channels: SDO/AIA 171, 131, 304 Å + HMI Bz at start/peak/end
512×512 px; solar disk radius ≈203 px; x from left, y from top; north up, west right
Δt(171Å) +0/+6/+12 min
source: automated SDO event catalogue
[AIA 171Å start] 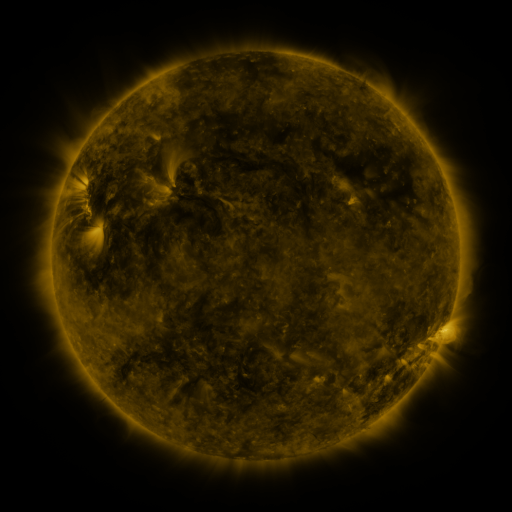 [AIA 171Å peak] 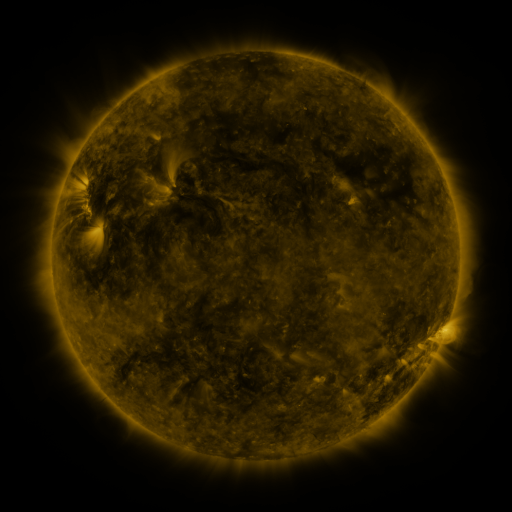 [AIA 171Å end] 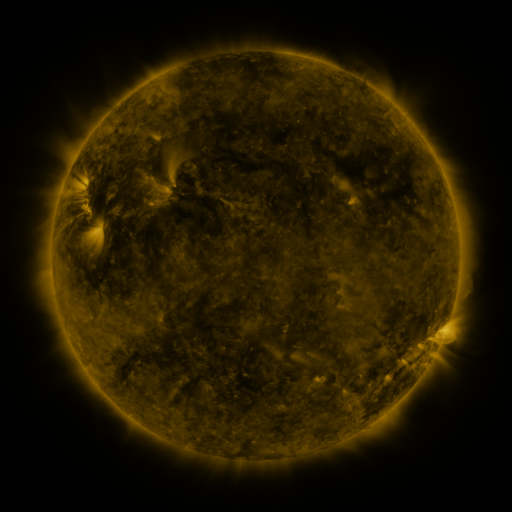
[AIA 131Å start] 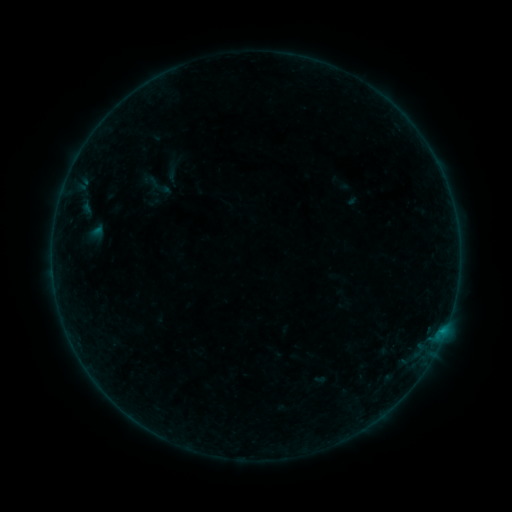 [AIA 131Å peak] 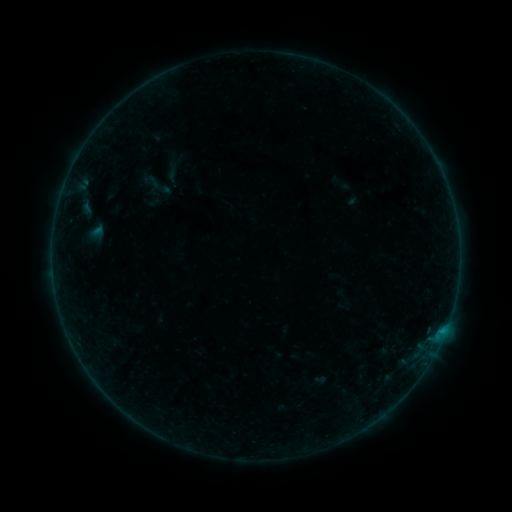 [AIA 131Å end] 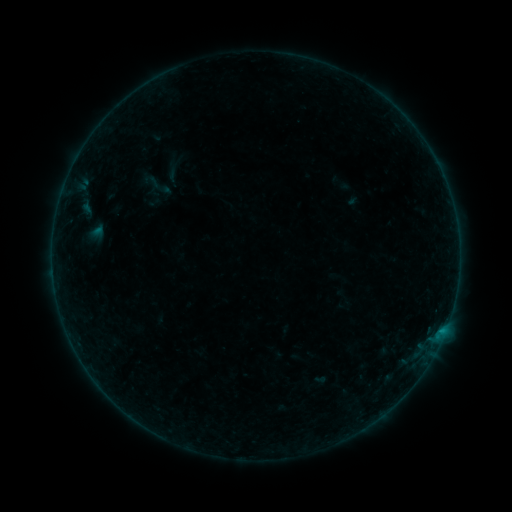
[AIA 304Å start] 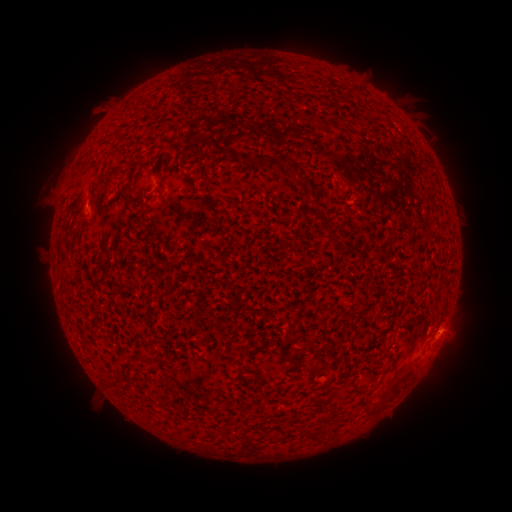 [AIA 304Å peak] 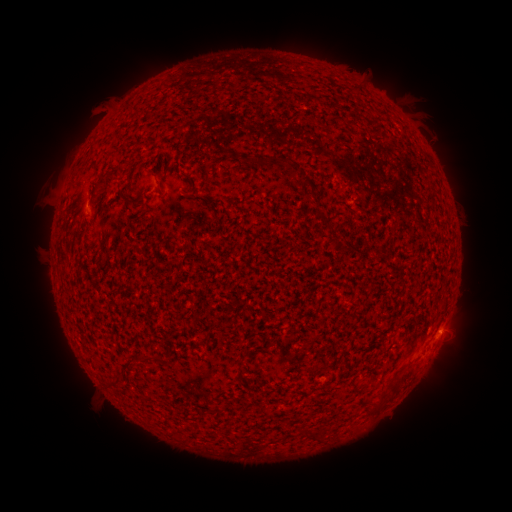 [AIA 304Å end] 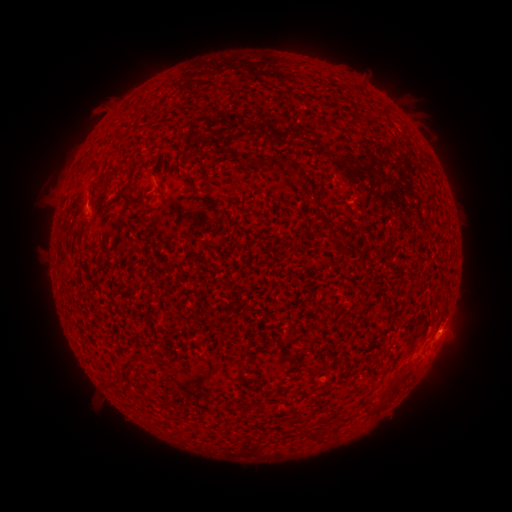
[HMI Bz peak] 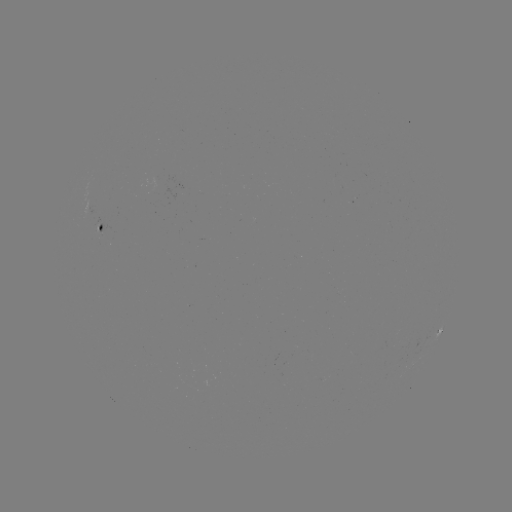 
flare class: B1.5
